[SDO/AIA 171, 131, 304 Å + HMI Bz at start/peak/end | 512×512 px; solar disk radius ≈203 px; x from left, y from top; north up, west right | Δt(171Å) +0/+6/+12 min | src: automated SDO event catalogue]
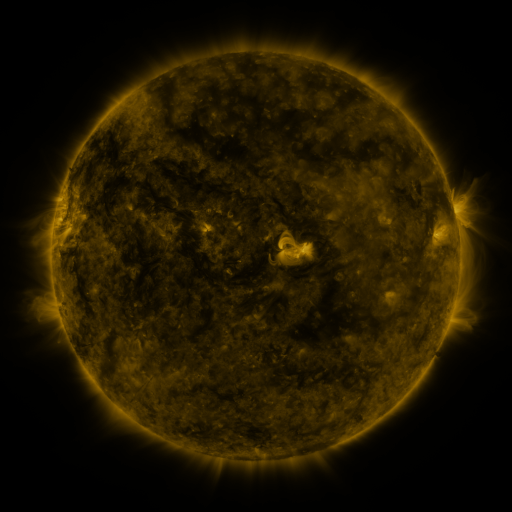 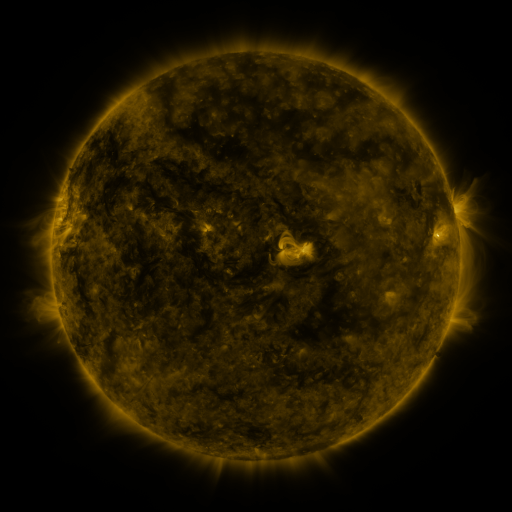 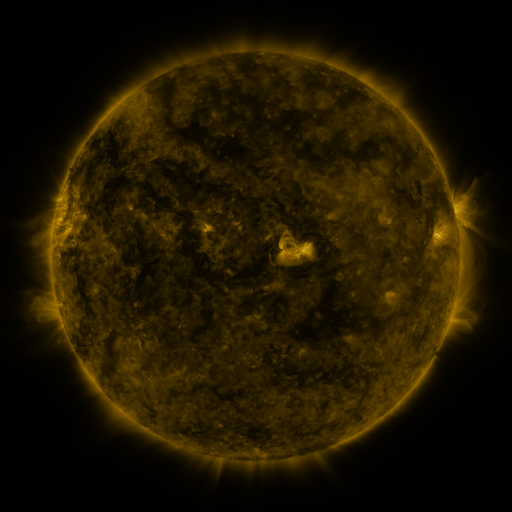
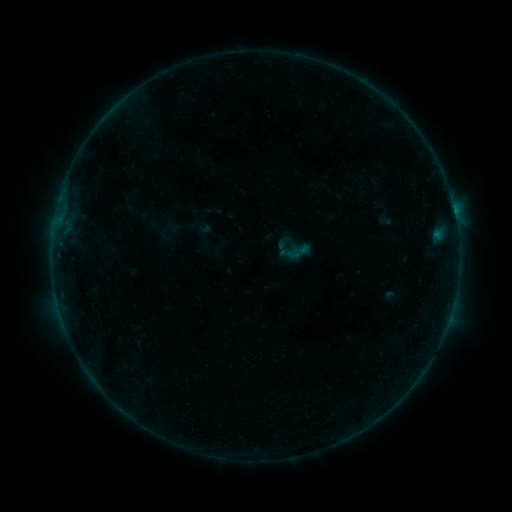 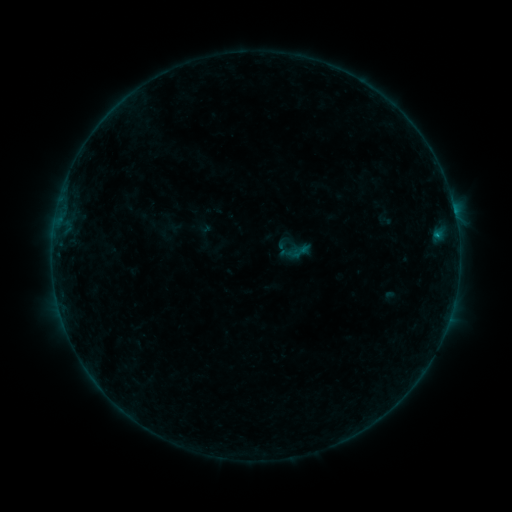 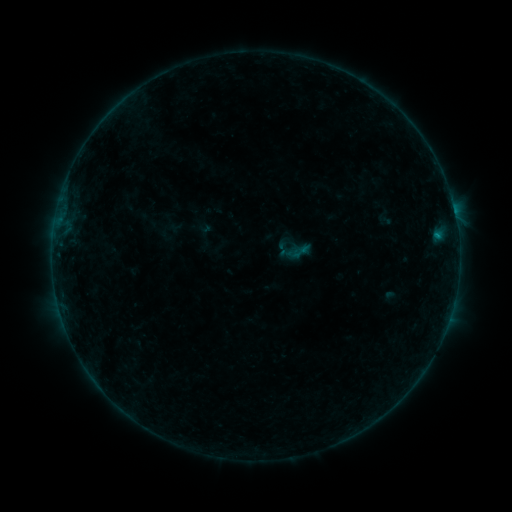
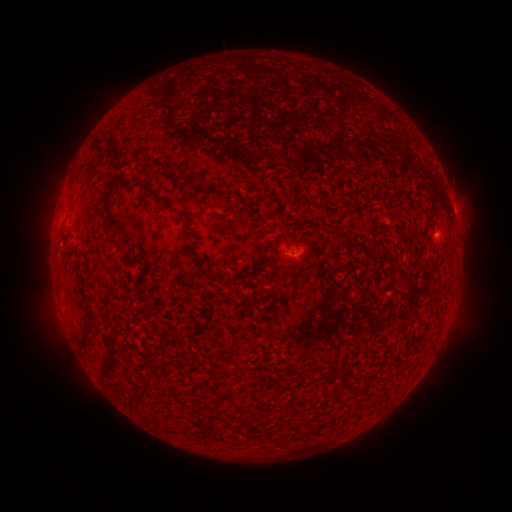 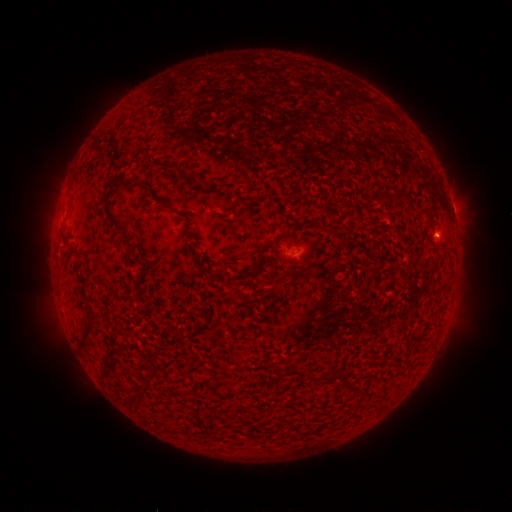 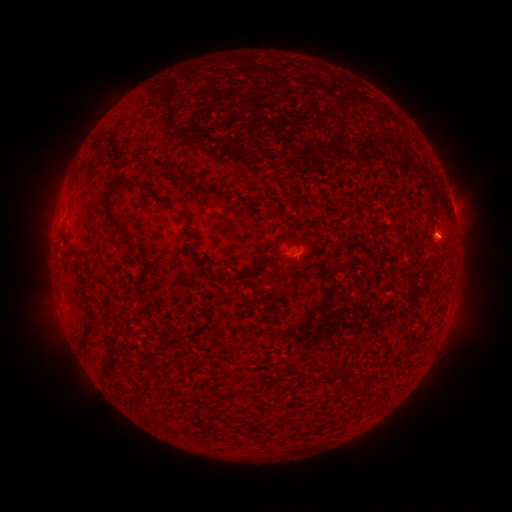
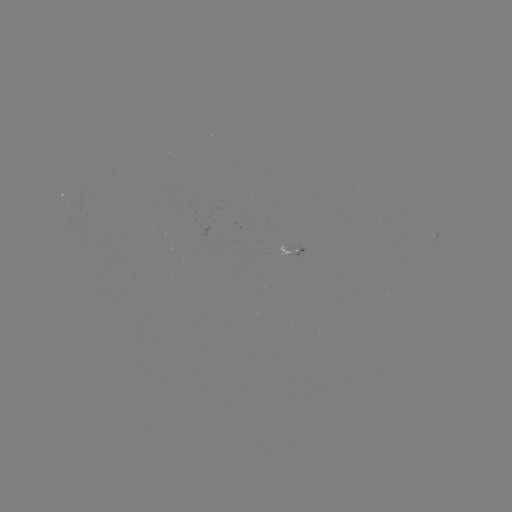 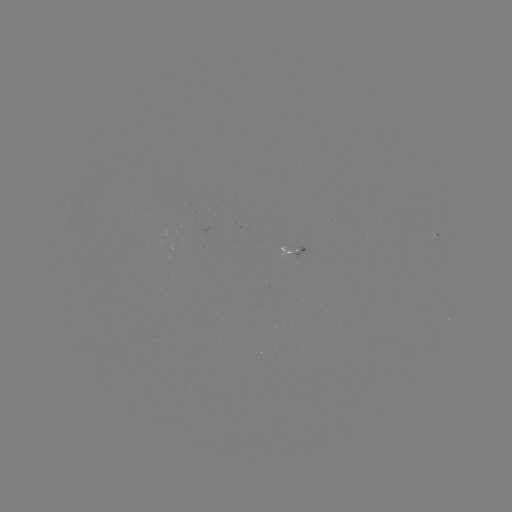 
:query B2.1 flare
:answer (436, 238)